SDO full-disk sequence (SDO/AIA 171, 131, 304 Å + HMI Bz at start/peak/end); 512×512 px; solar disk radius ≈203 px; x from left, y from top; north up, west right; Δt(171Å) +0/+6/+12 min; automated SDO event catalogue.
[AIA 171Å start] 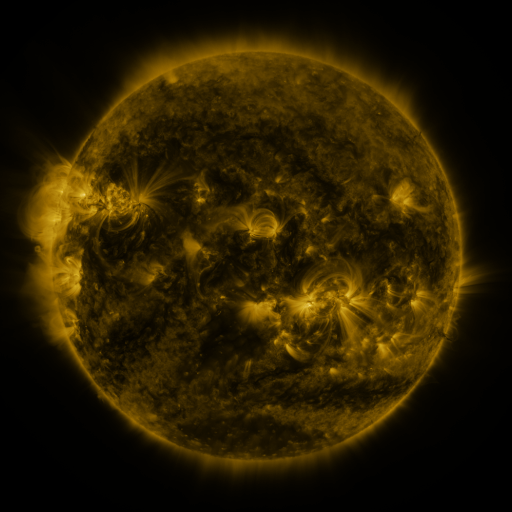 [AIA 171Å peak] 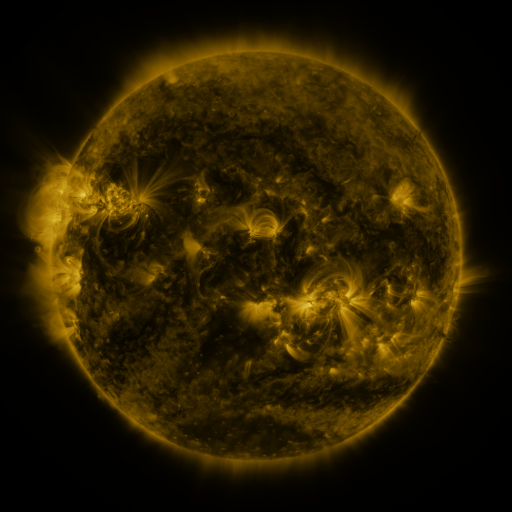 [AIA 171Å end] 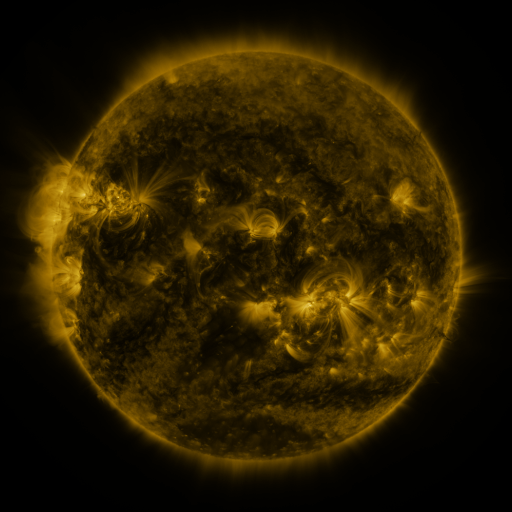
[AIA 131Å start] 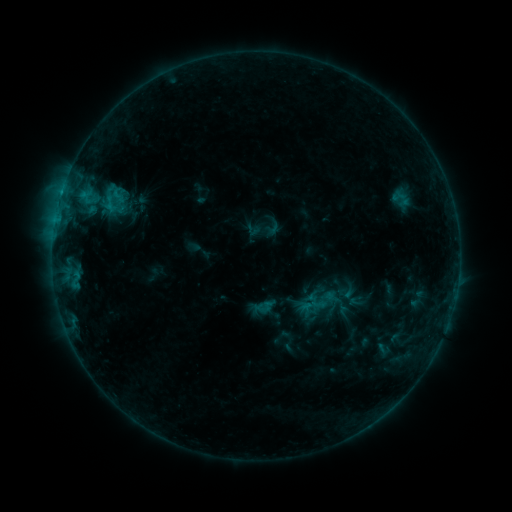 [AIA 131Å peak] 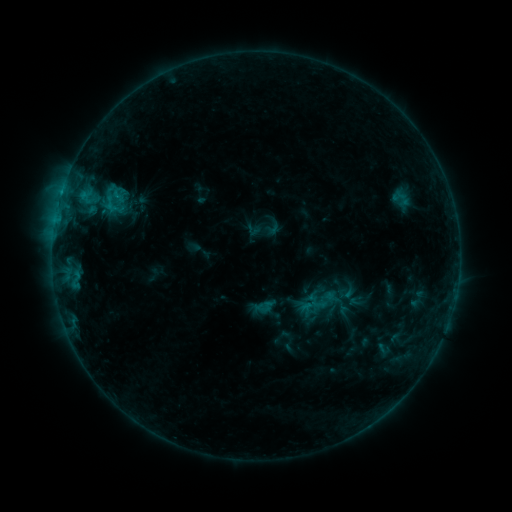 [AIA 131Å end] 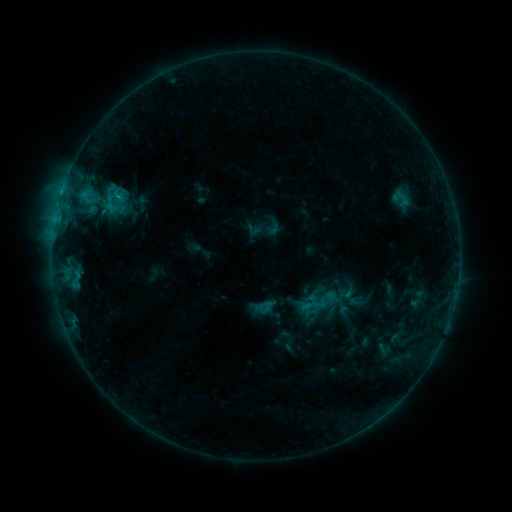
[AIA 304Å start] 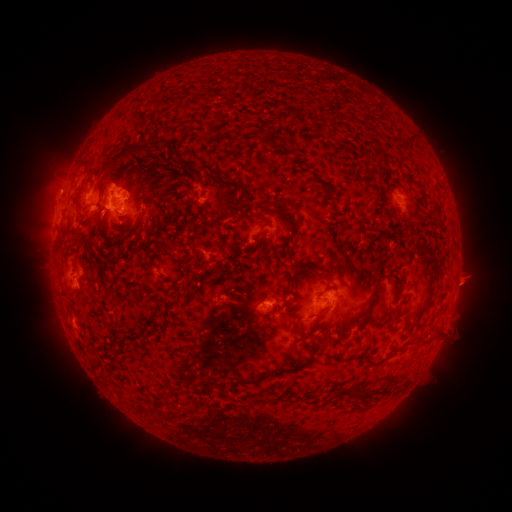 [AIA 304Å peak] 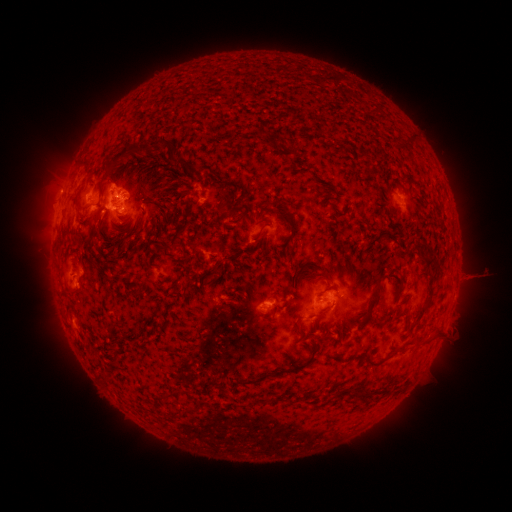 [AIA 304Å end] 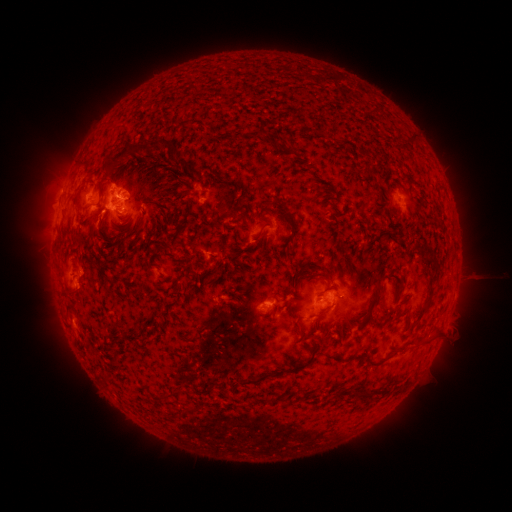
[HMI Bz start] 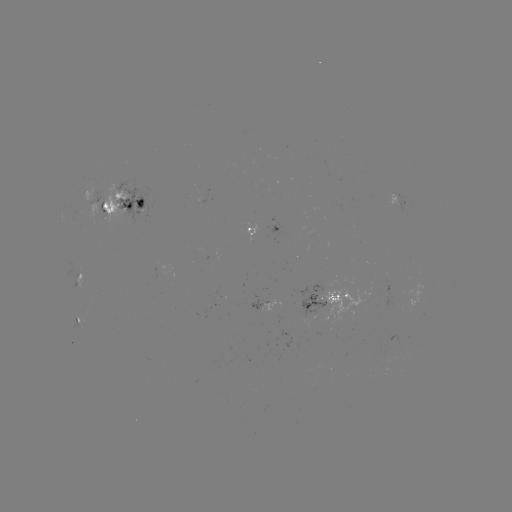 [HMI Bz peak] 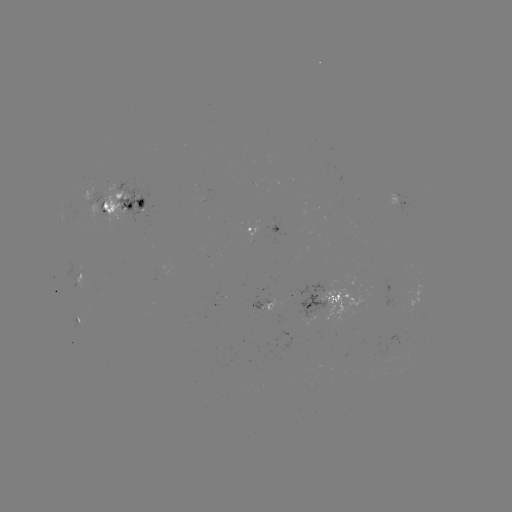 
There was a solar flare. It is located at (121, 198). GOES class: C1.0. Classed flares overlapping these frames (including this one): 1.